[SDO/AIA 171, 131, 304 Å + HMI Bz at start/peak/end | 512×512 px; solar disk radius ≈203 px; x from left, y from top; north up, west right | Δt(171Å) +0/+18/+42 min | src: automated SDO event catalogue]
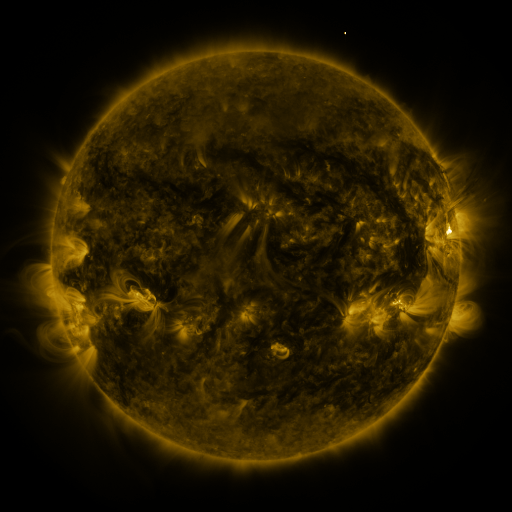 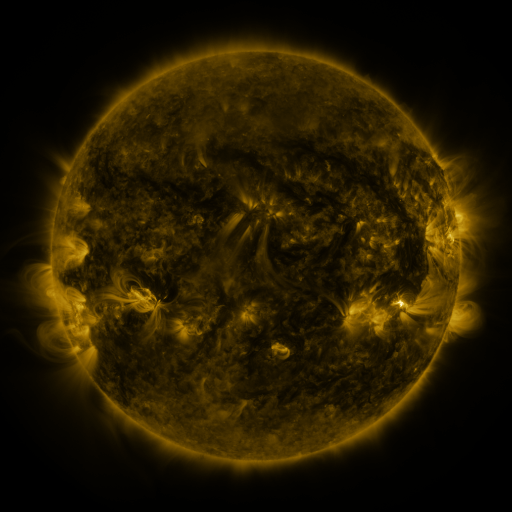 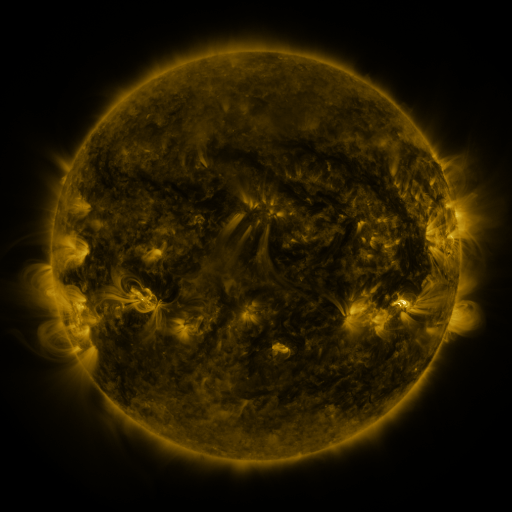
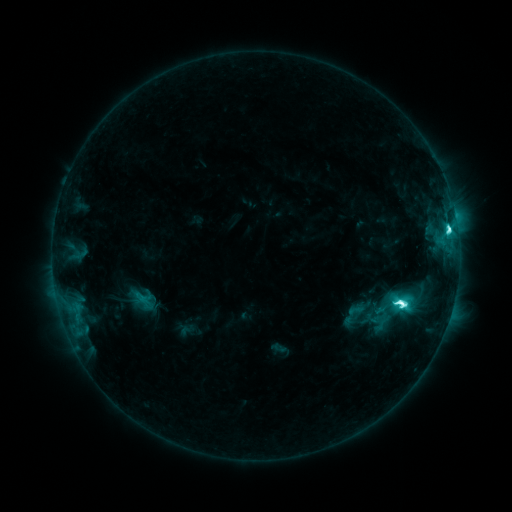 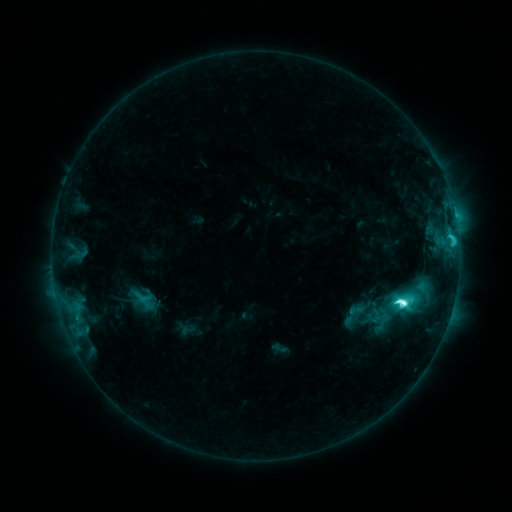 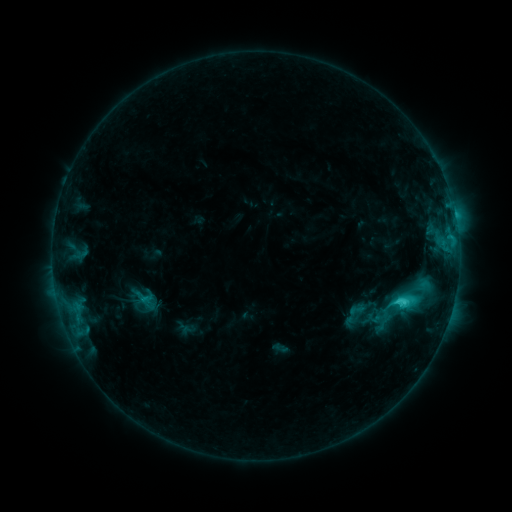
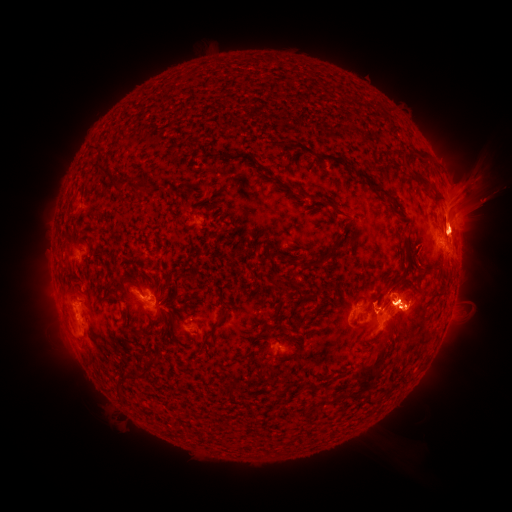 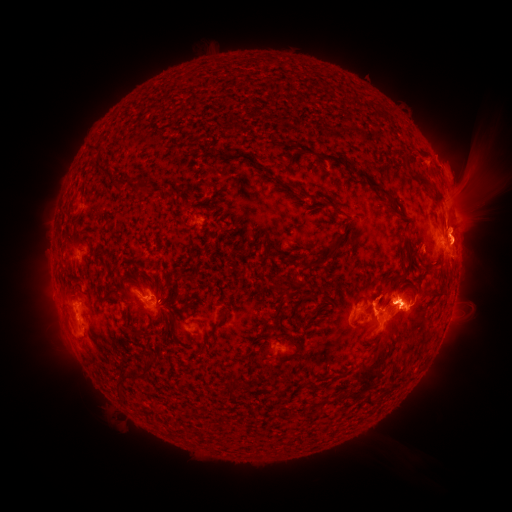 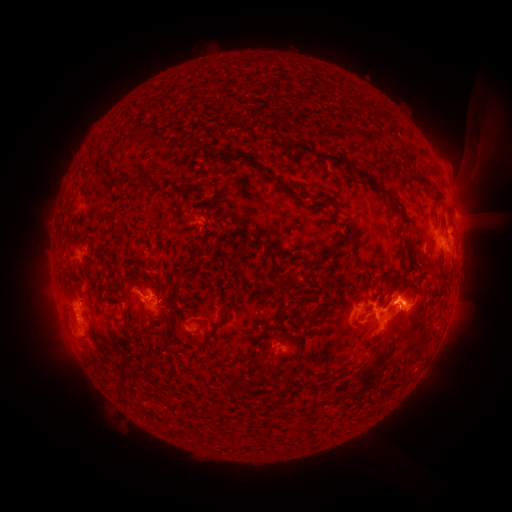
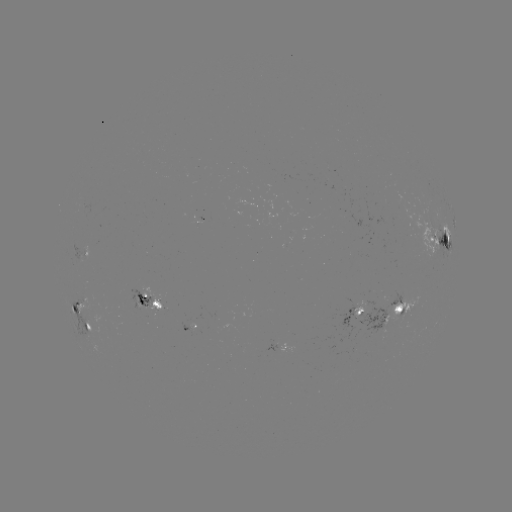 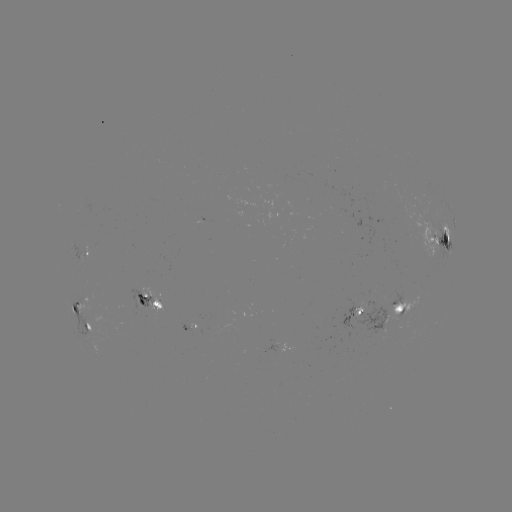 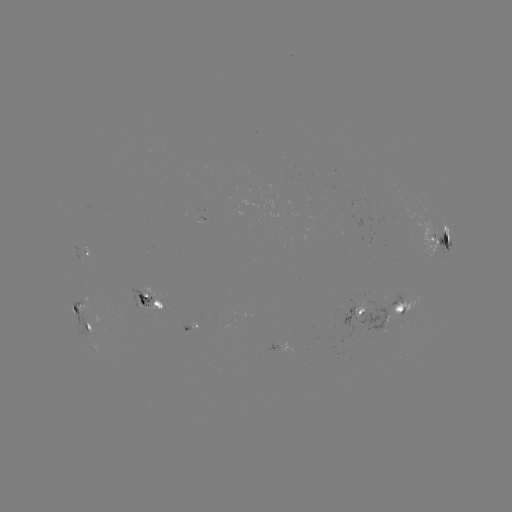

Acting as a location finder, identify eruption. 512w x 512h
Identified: (464, 182).